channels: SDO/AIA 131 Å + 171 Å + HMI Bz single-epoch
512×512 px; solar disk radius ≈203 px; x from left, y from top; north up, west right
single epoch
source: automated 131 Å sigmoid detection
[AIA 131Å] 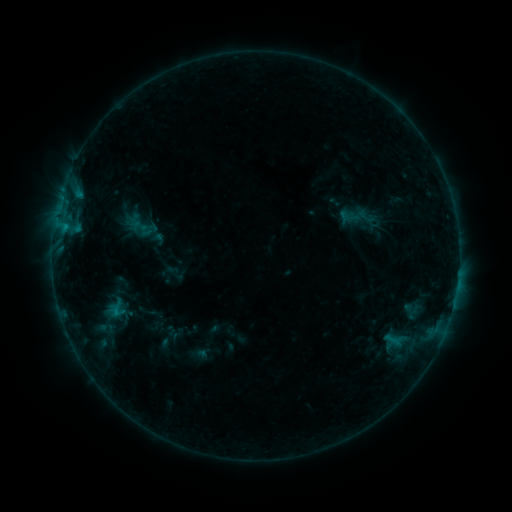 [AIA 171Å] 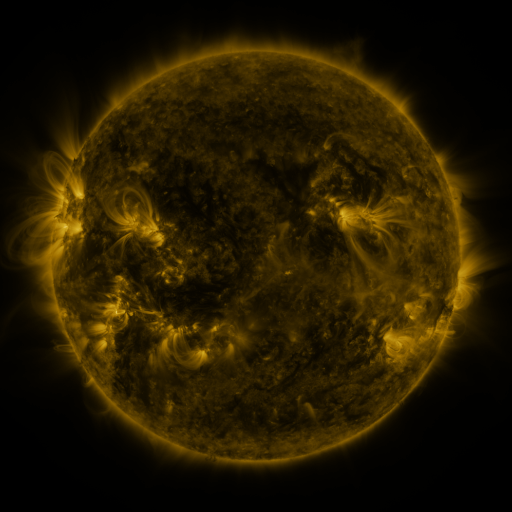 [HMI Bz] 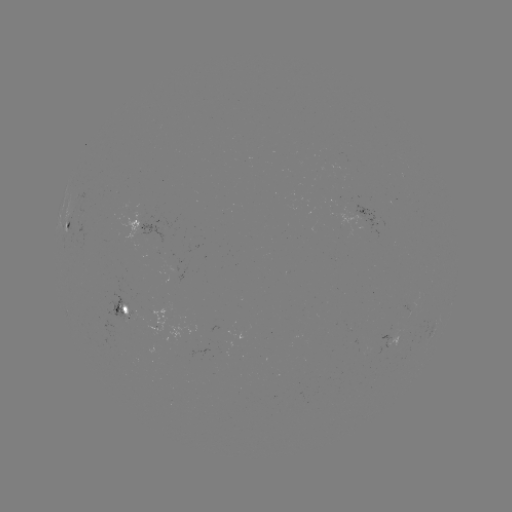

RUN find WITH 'sigmoid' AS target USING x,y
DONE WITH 139,226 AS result